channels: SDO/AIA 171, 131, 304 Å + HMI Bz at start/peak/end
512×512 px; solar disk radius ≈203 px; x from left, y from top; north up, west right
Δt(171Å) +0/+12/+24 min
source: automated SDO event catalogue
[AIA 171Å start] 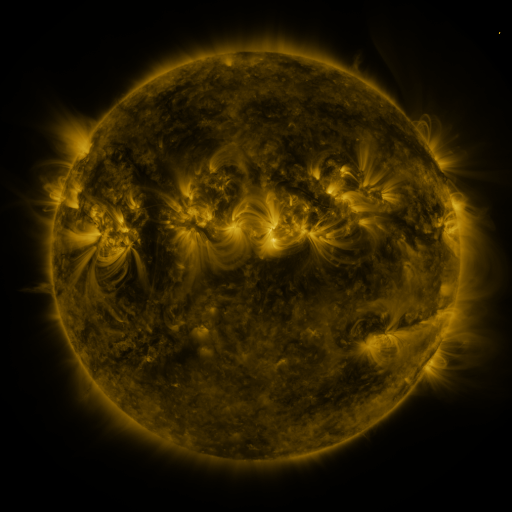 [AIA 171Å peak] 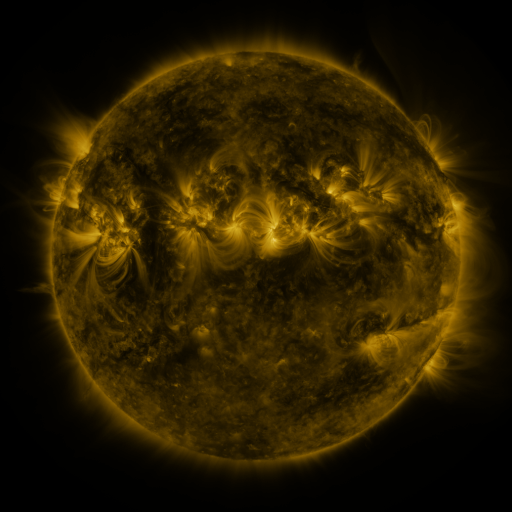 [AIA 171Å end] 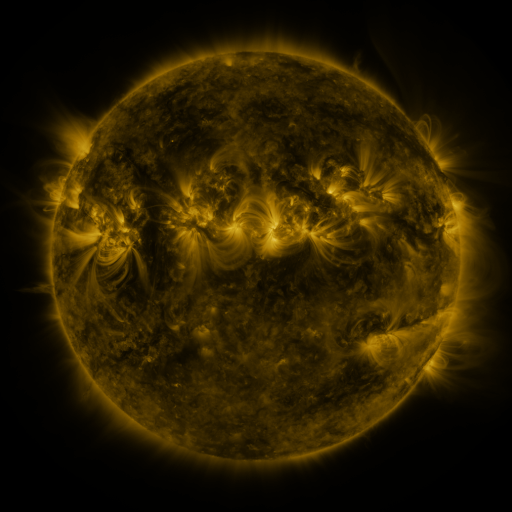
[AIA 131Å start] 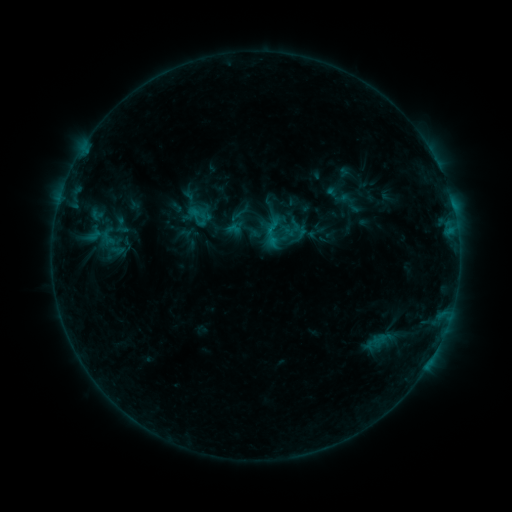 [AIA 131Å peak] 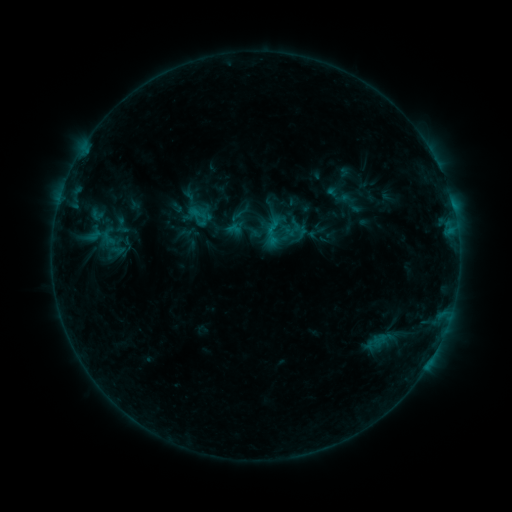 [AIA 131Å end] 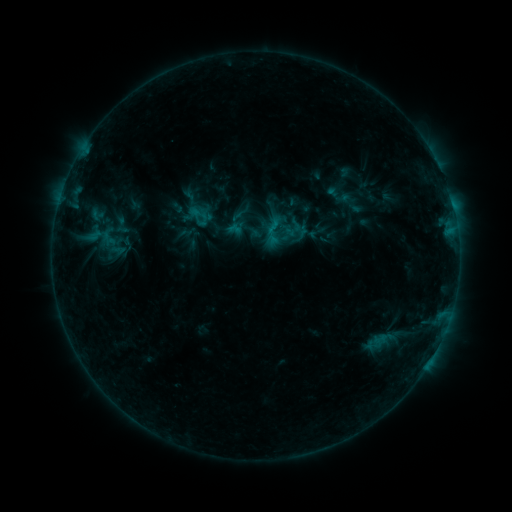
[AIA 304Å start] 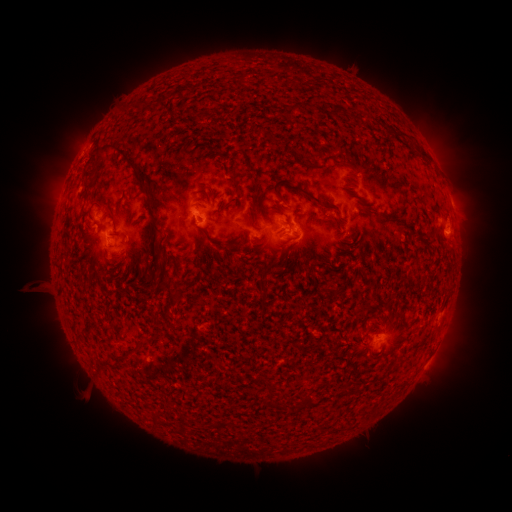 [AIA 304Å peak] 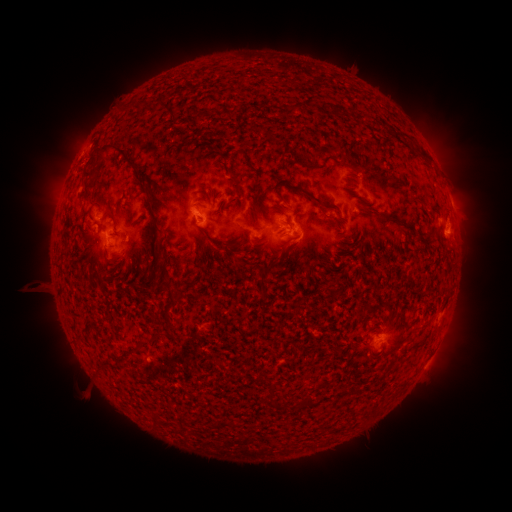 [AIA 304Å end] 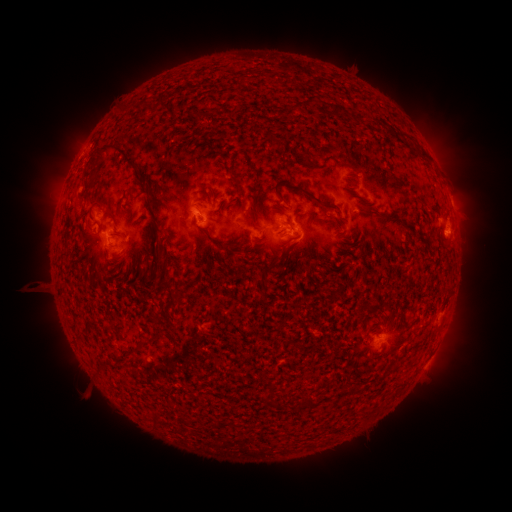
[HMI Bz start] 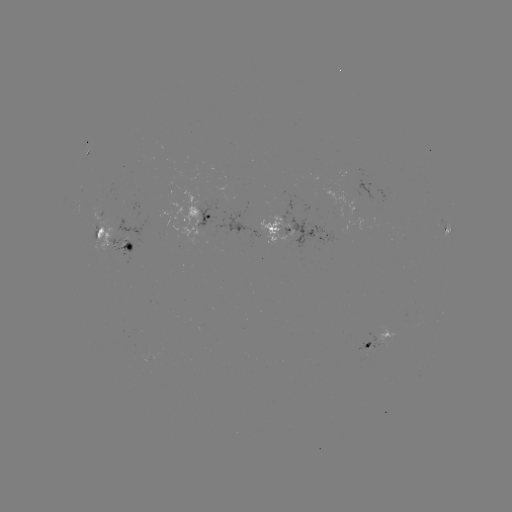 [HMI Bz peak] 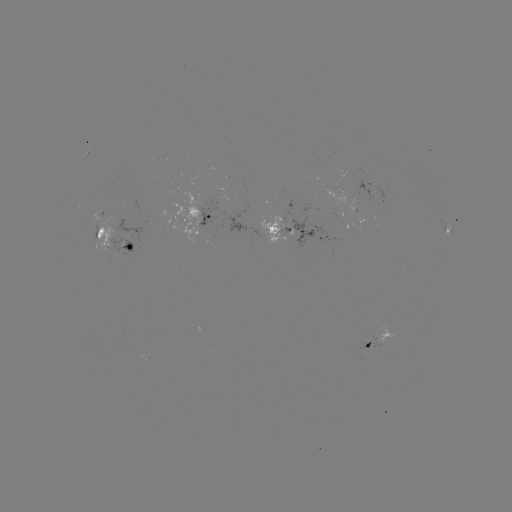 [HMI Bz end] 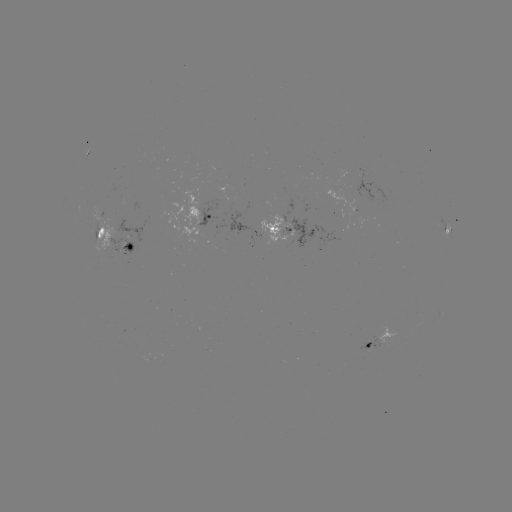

no classed flare was catalogued and no EUV brightening was flagged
